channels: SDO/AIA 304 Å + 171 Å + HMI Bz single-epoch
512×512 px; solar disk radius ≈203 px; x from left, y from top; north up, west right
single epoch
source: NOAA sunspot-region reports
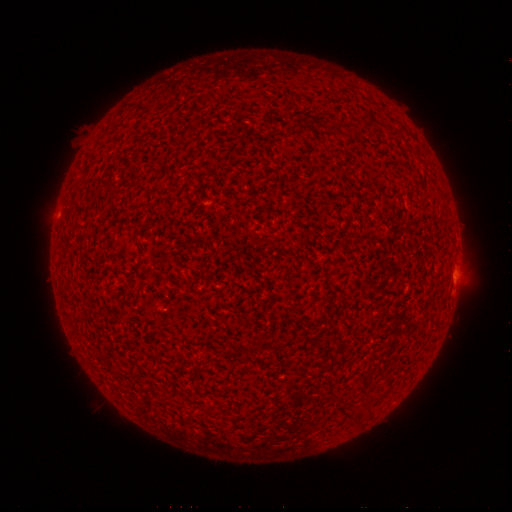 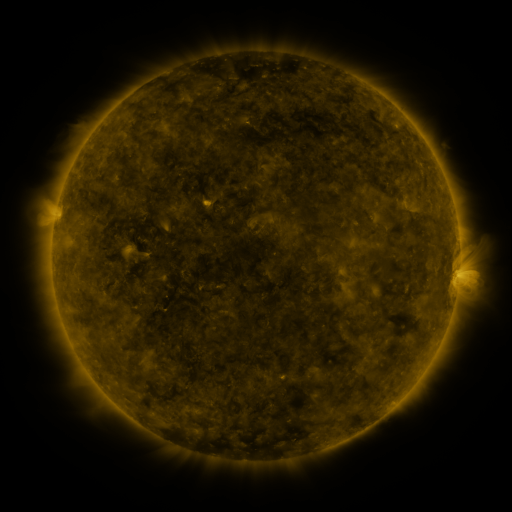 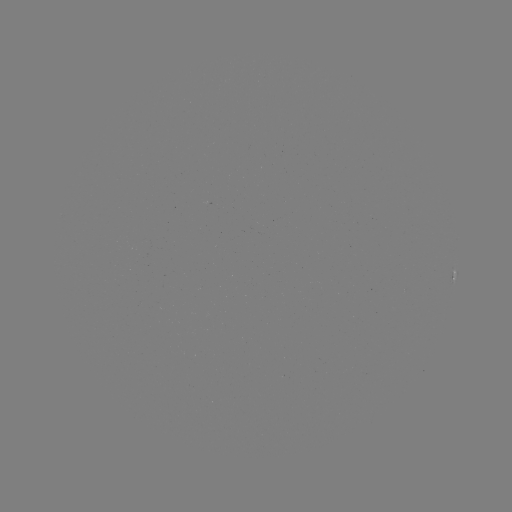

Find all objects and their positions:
spotted active region: (455, 273)
